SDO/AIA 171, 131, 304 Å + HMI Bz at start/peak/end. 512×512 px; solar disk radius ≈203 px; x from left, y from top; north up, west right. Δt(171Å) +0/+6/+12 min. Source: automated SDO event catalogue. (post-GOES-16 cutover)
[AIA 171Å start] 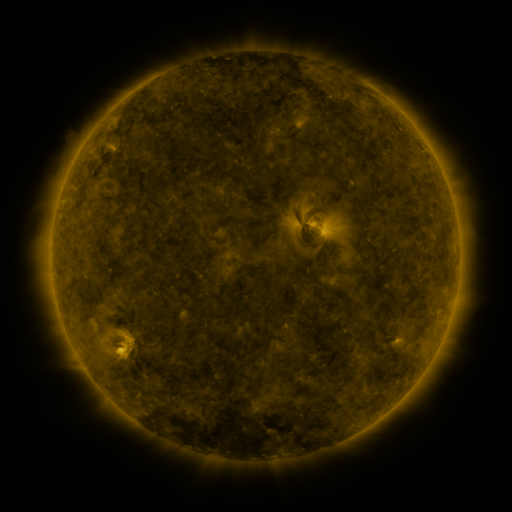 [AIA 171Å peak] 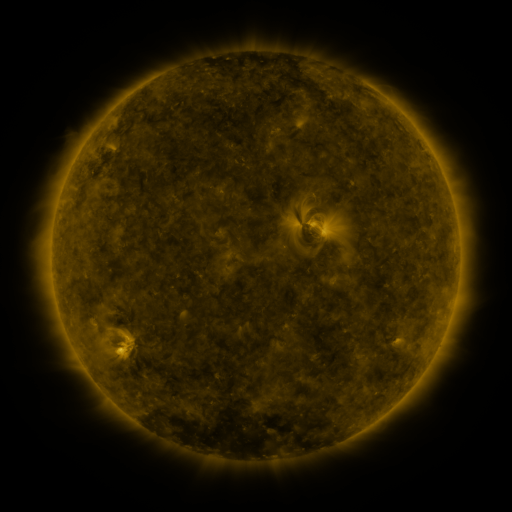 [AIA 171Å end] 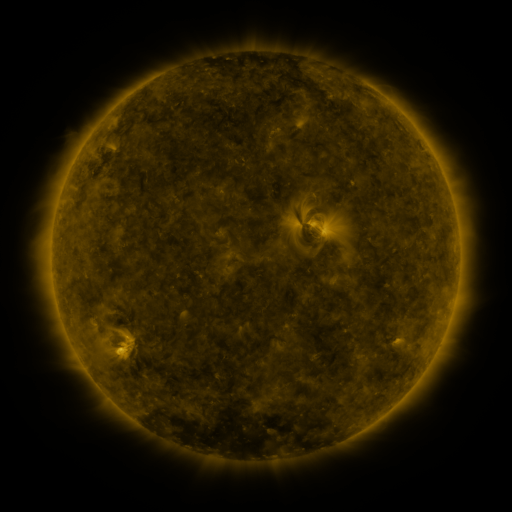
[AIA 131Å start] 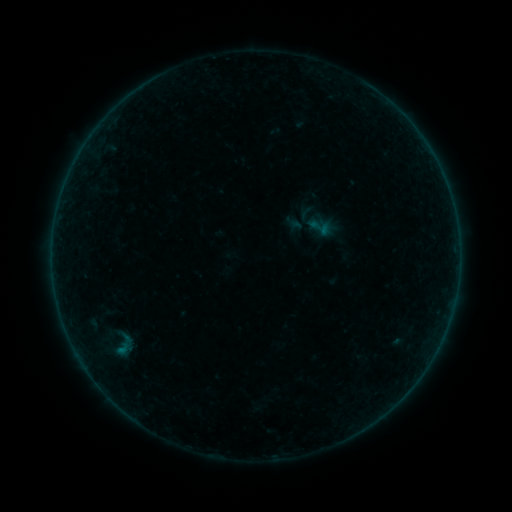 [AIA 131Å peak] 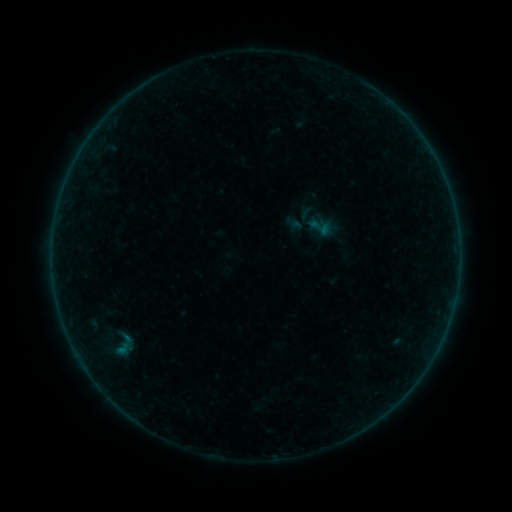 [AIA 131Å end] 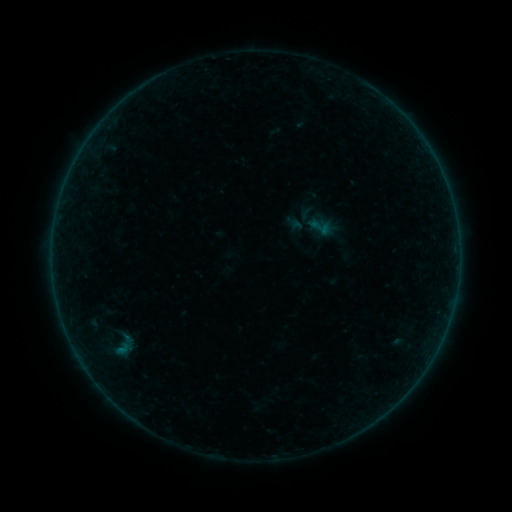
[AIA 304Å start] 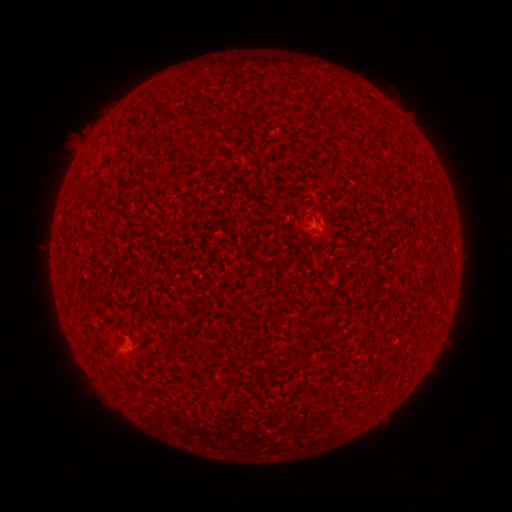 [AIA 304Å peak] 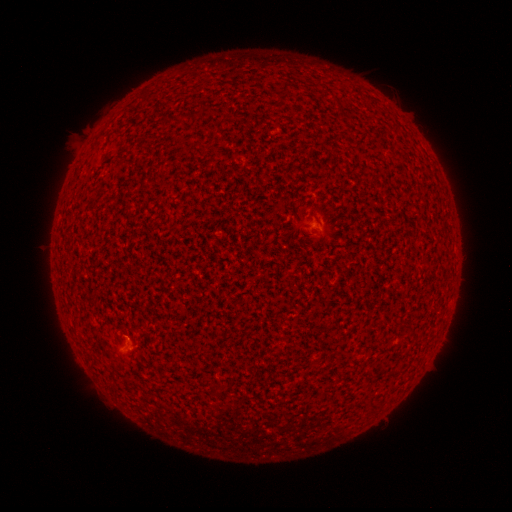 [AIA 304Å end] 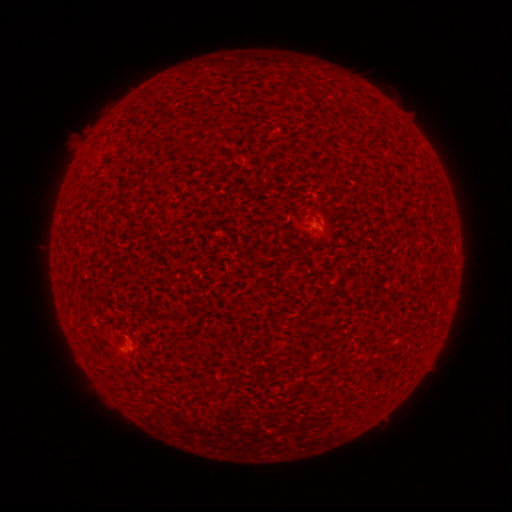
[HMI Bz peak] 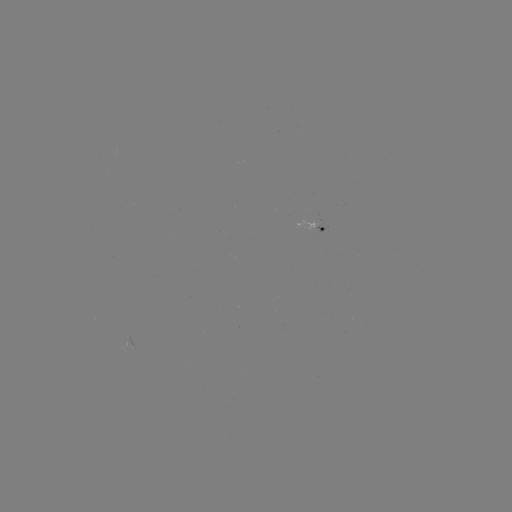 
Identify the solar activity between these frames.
B1.0 flare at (127, 335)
